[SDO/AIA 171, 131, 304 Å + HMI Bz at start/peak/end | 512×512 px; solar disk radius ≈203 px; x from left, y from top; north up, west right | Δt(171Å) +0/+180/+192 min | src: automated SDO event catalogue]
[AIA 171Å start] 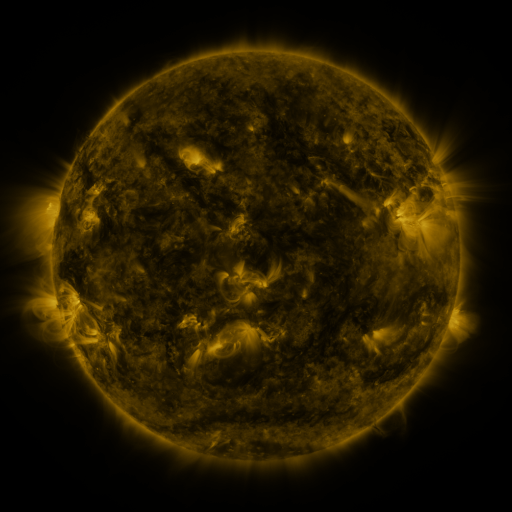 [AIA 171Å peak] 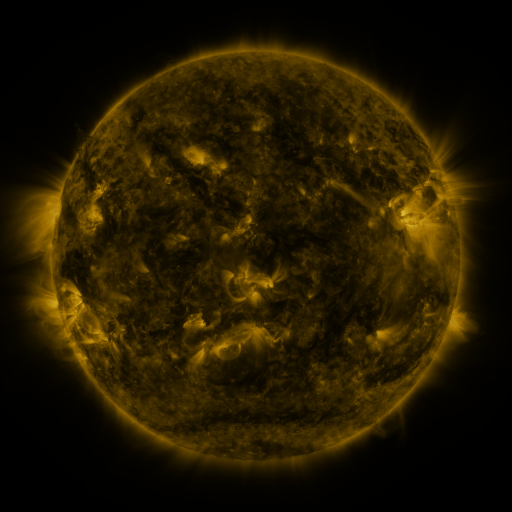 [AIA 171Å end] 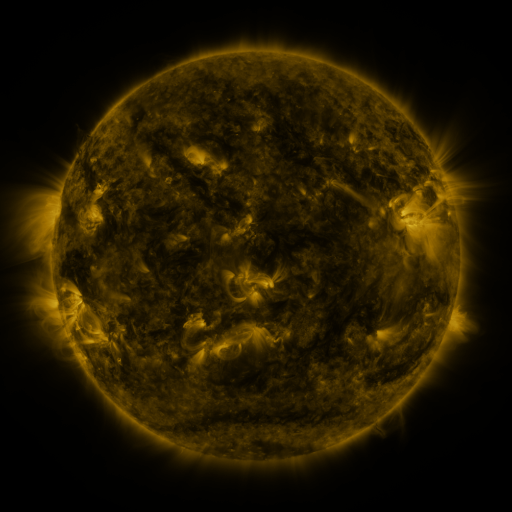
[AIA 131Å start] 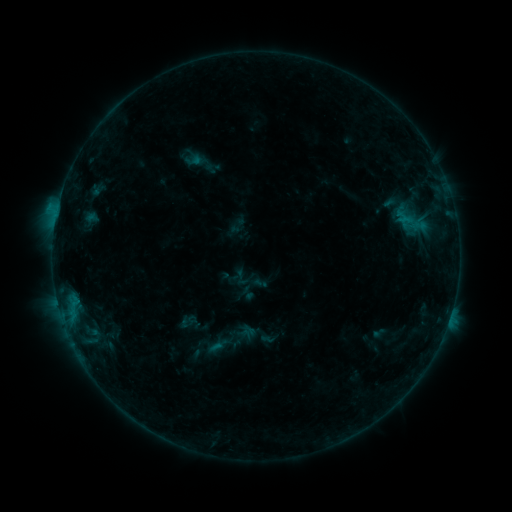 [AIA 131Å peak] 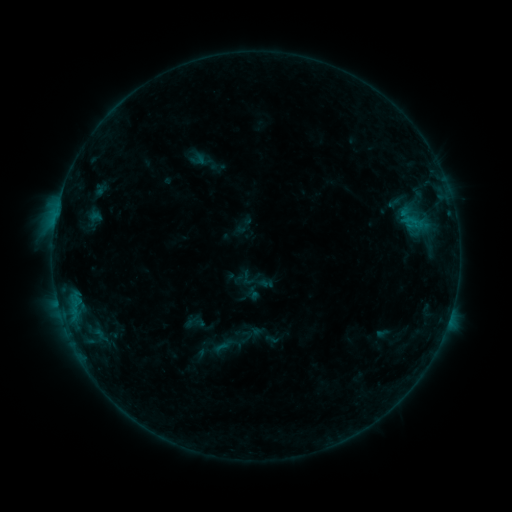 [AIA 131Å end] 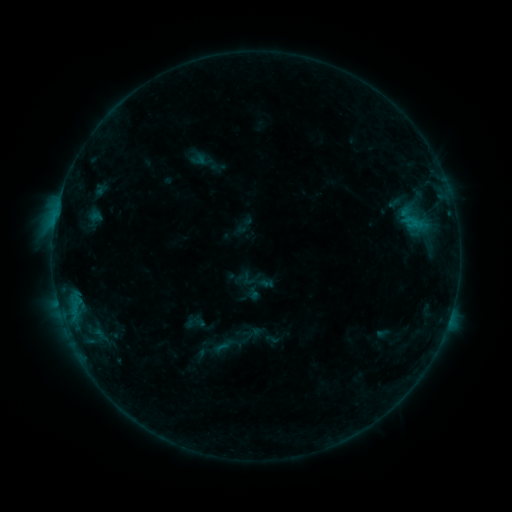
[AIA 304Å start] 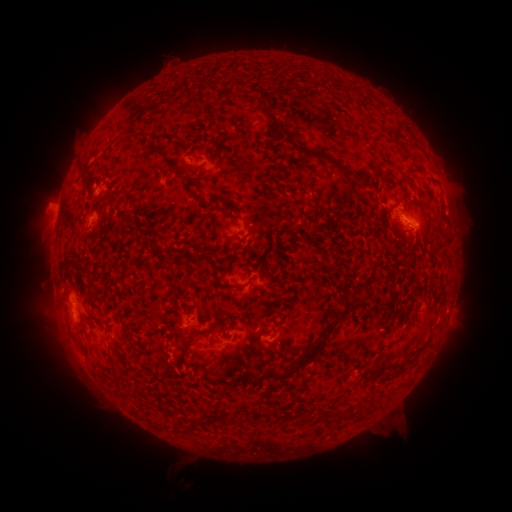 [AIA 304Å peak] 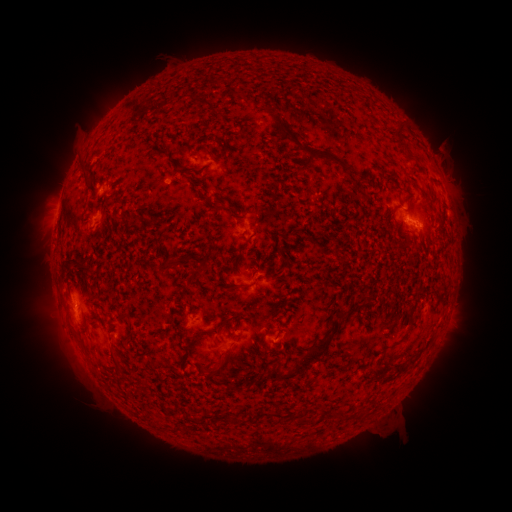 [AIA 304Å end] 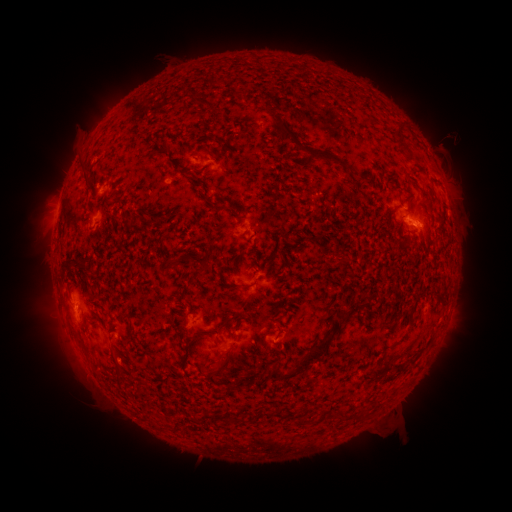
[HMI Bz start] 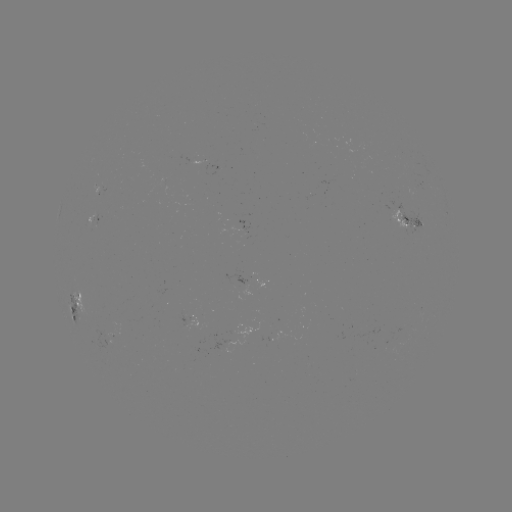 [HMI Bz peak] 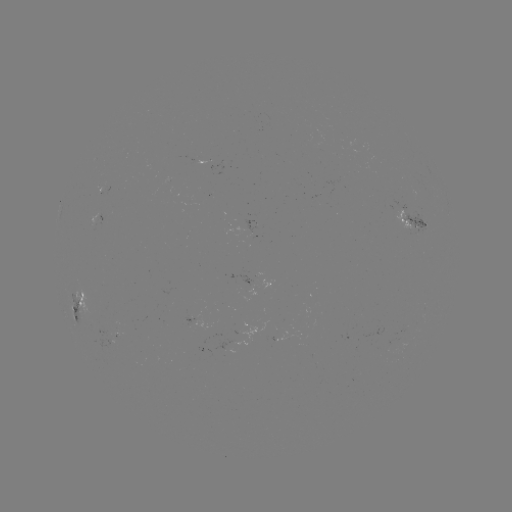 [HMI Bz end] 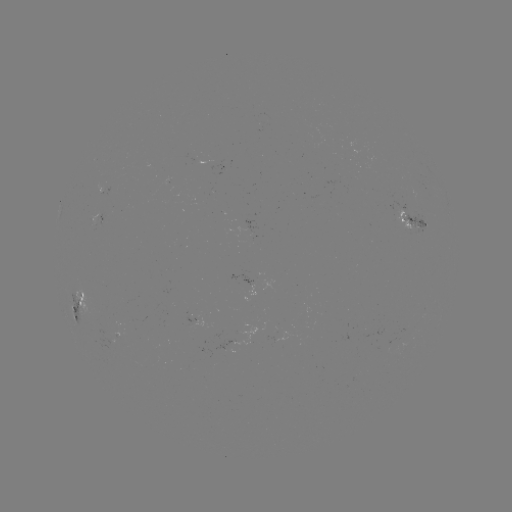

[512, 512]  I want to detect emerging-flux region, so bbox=[93, 329, 123, 346].